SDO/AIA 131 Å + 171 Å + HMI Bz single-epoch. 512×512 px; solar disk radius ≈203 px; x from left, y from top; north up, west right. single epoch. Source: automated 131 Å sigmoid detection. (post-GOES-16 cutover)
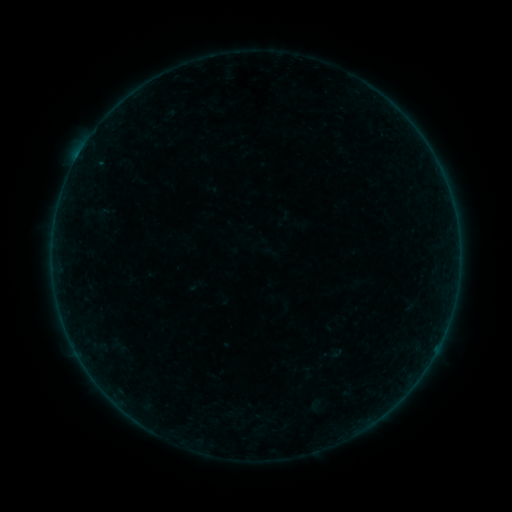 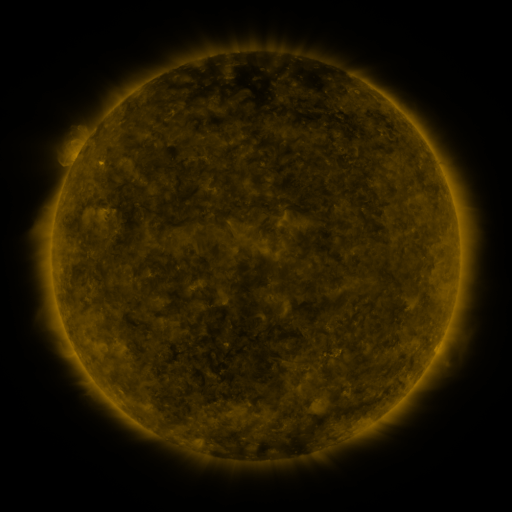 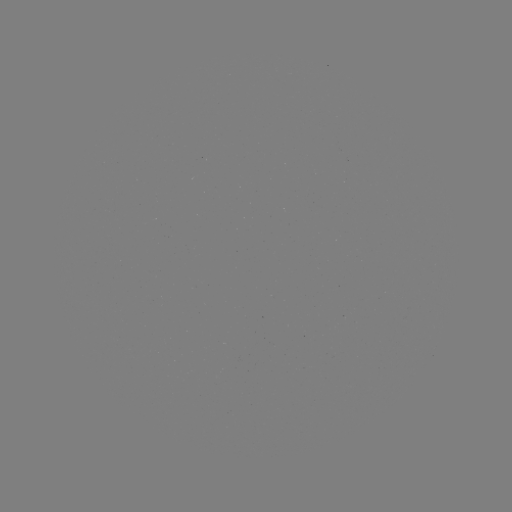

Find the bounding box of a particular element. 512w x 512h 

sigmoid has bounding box [308, 399, 322, 413].